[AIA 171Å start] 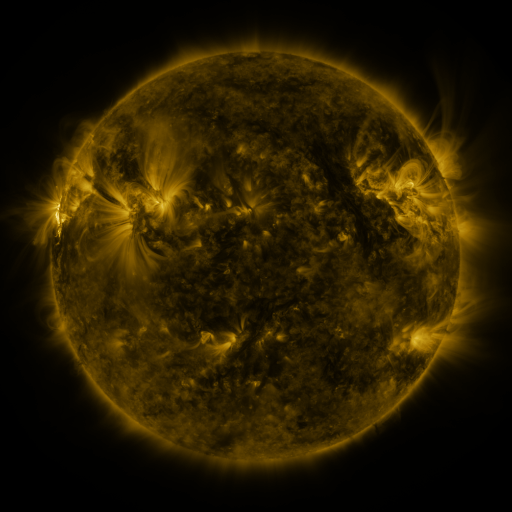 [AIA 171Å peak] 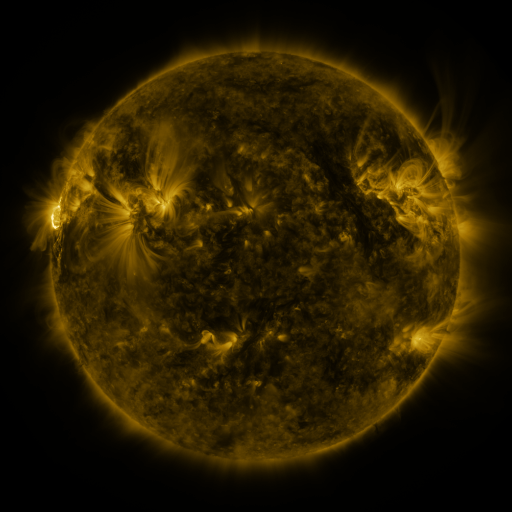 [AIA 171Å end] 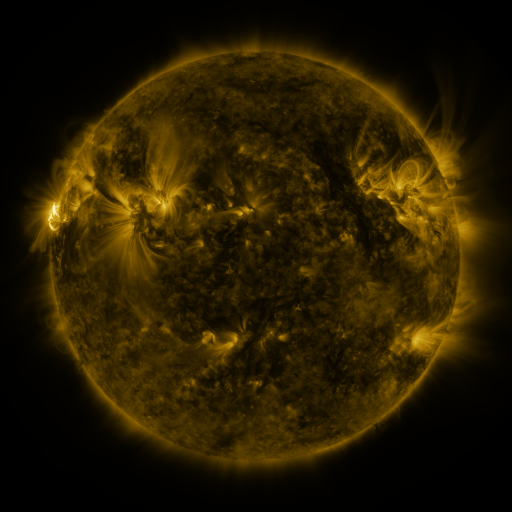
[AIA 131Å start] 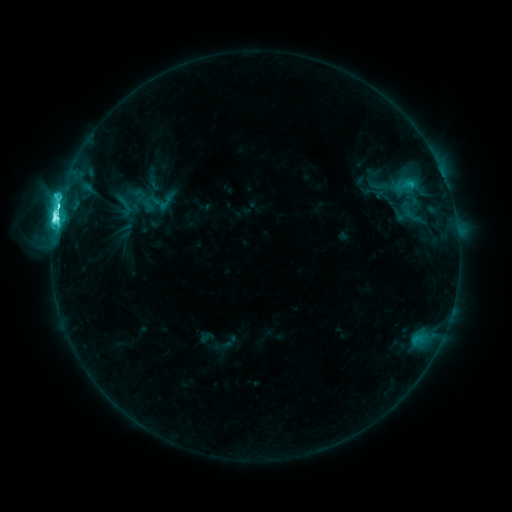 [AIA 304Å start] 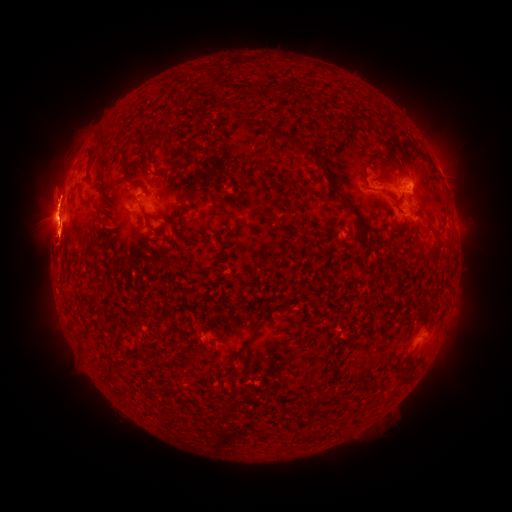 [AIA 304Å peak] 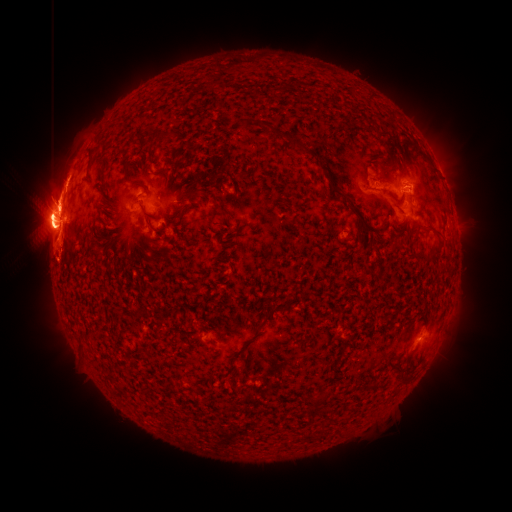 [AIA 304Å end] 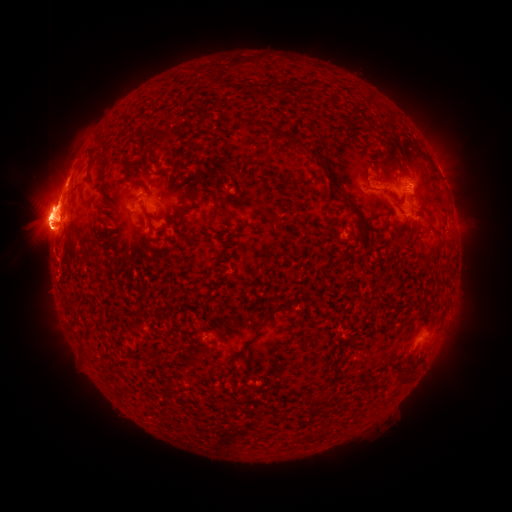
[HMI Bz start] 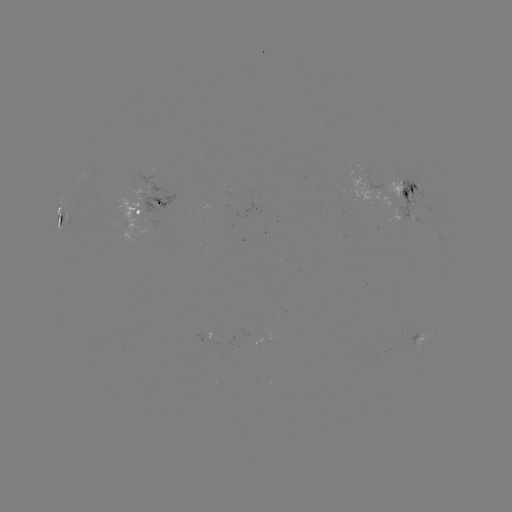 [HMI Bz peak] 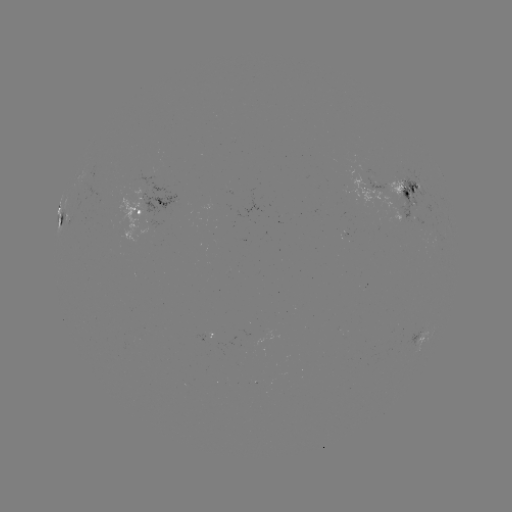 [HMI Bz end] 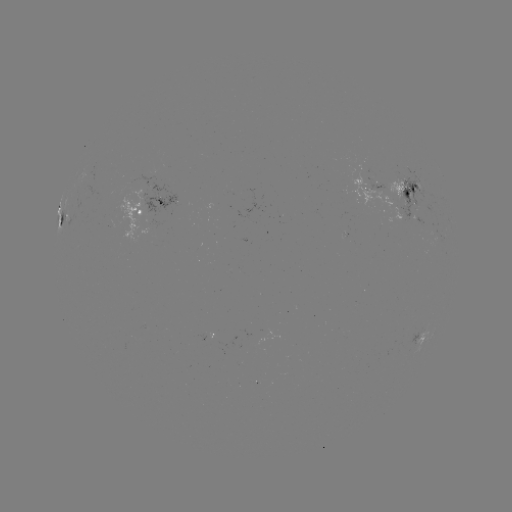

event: eruption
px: (43, 214)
